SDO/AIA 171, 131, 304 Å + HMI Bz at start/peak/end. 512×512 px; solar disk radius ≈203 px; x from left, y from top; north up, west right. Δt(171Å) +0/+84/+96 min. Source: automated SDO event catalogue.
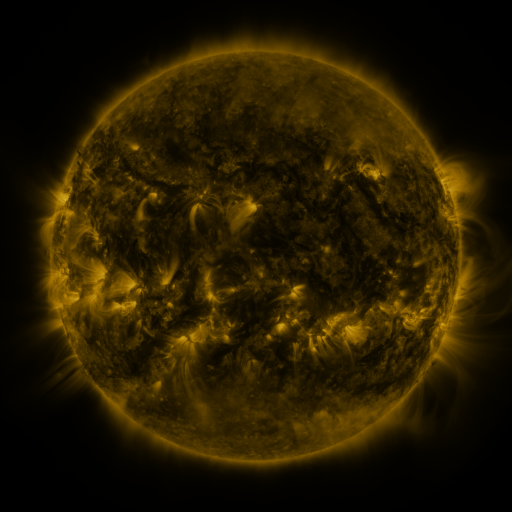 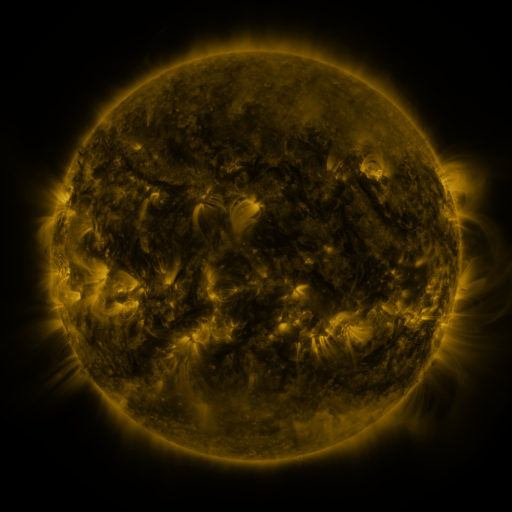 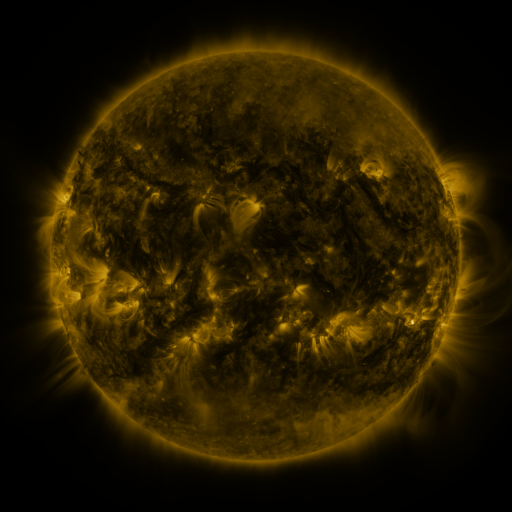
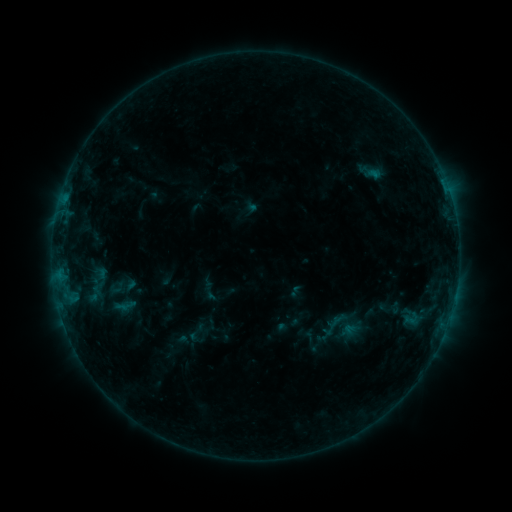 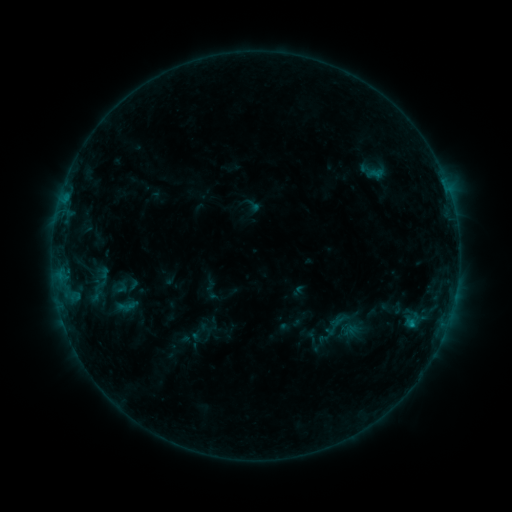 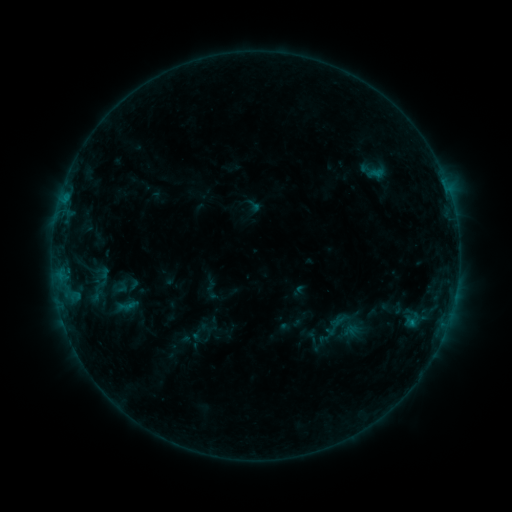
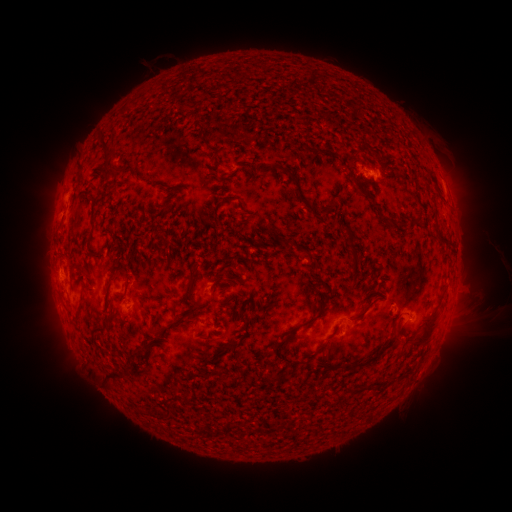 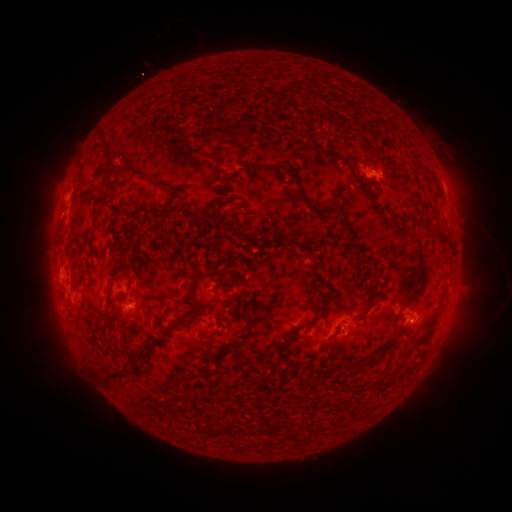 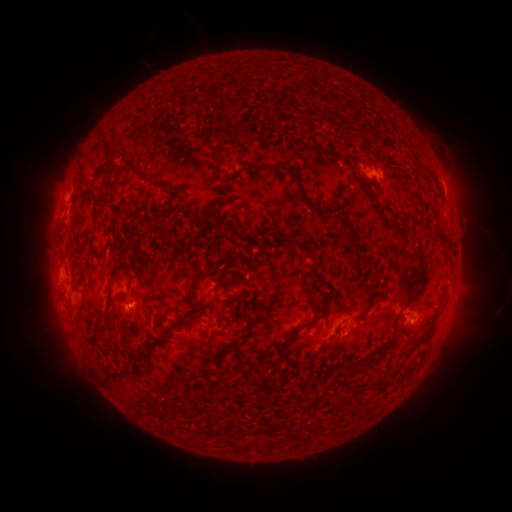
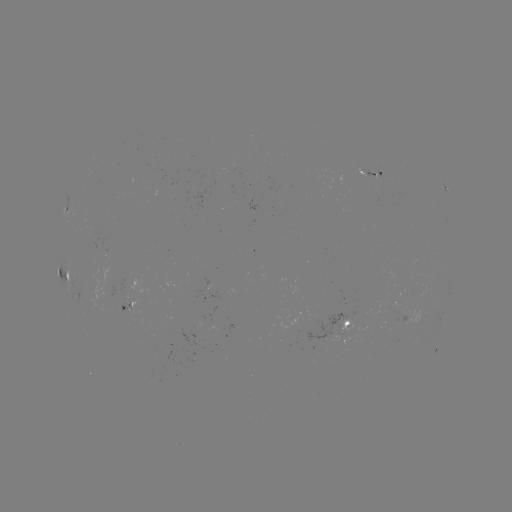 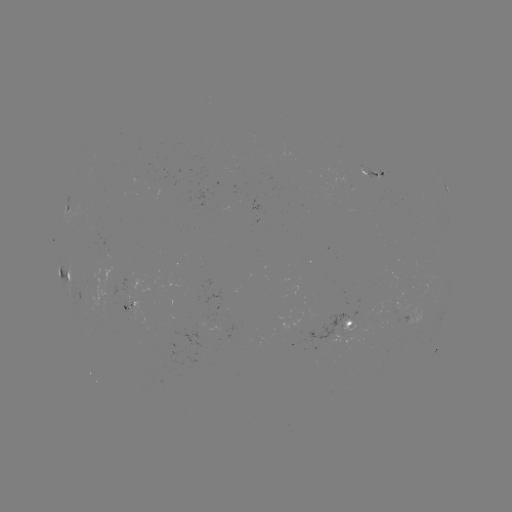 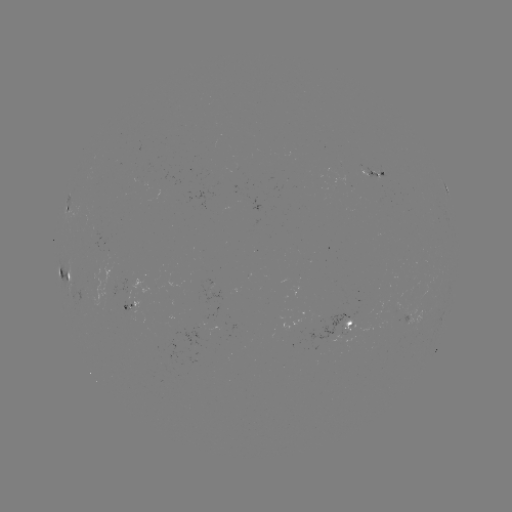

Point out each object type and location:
emerging-flux region: (344, 327)
